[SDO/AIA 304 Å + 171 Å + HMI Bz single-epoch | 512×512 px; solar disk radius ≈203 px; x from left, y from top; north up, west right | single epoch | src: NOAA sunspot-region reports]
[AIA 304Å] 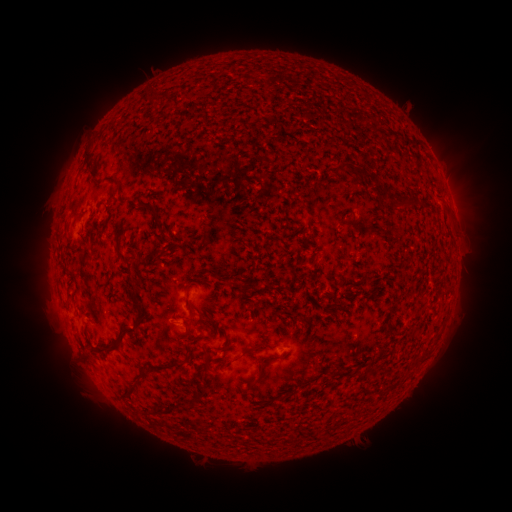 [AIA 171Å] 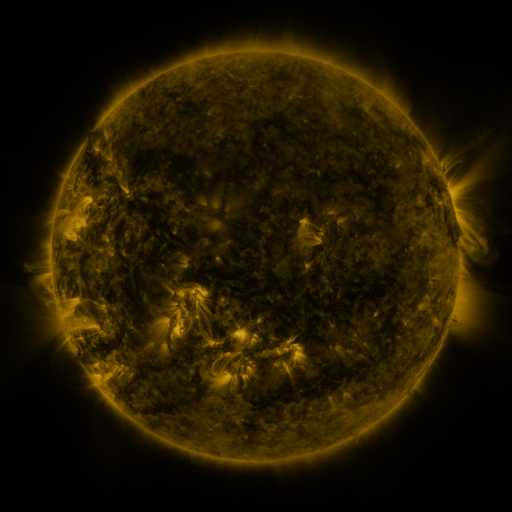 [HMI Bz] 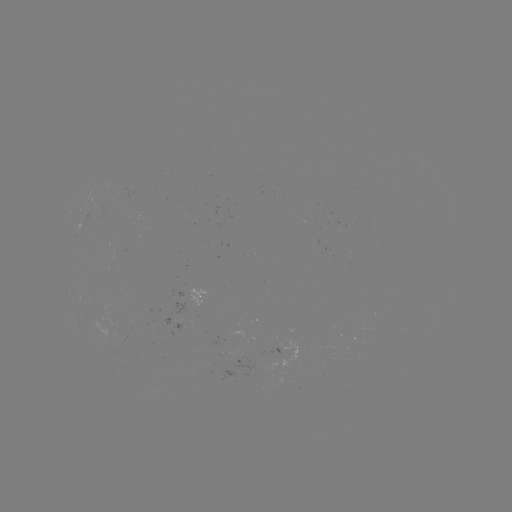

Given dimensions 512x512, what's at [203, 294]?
spotted active region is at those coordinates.